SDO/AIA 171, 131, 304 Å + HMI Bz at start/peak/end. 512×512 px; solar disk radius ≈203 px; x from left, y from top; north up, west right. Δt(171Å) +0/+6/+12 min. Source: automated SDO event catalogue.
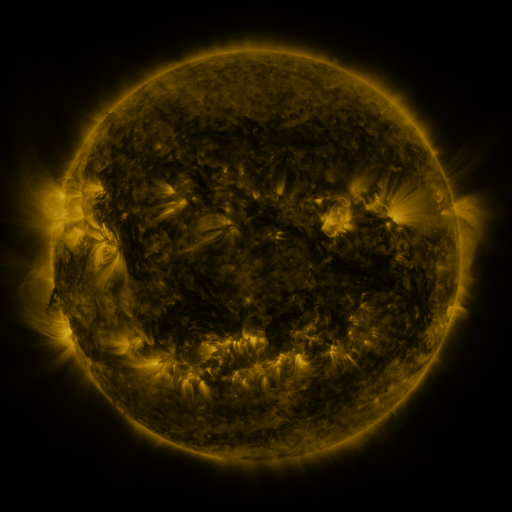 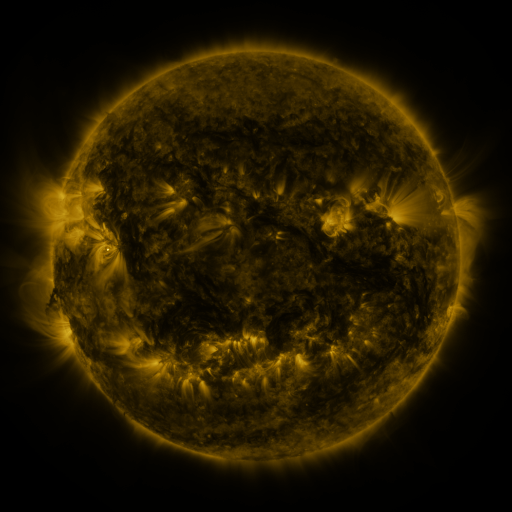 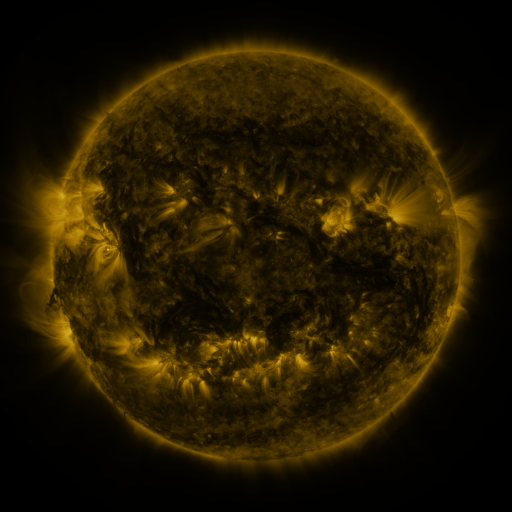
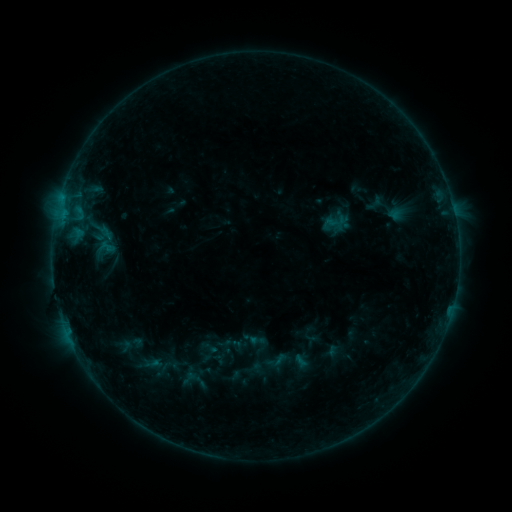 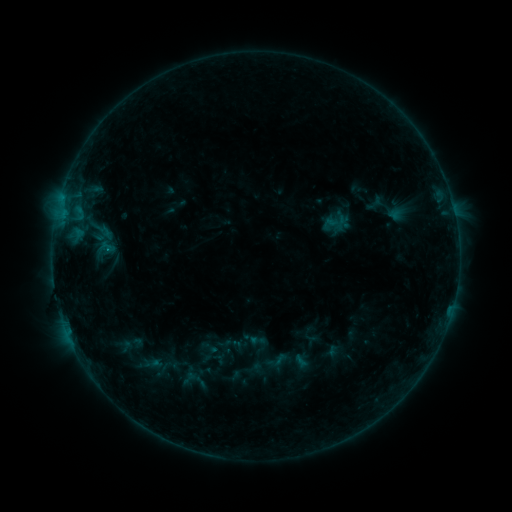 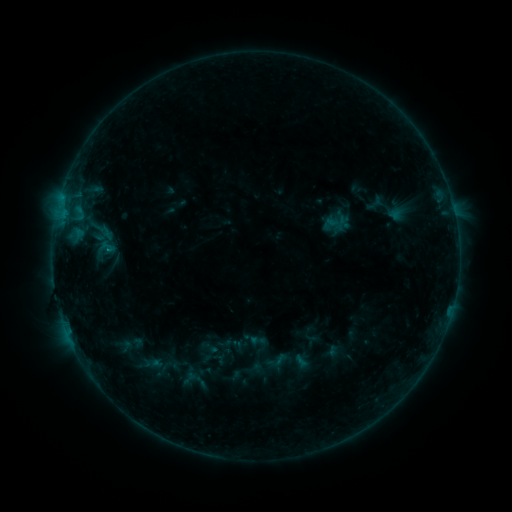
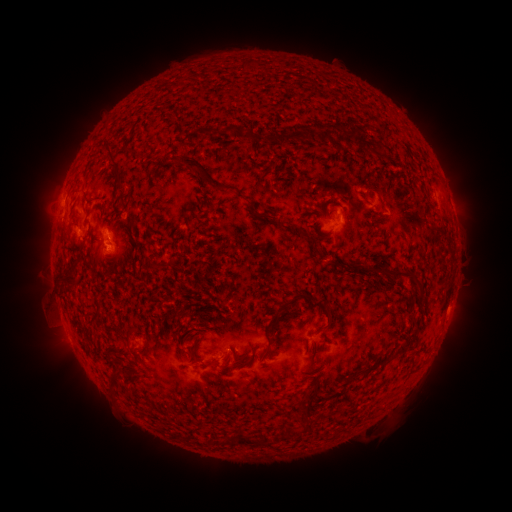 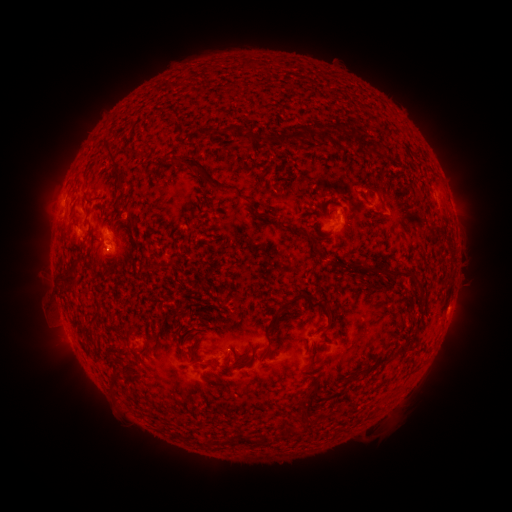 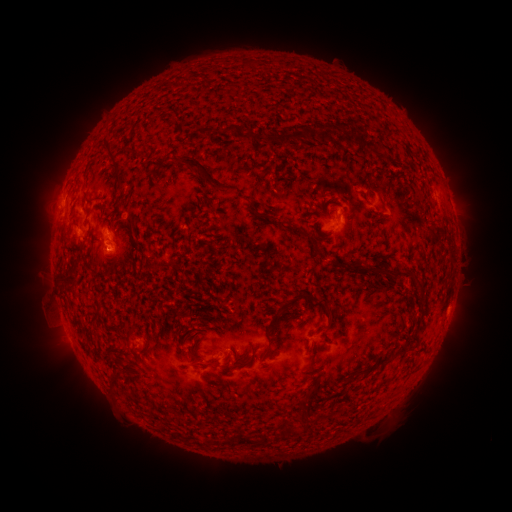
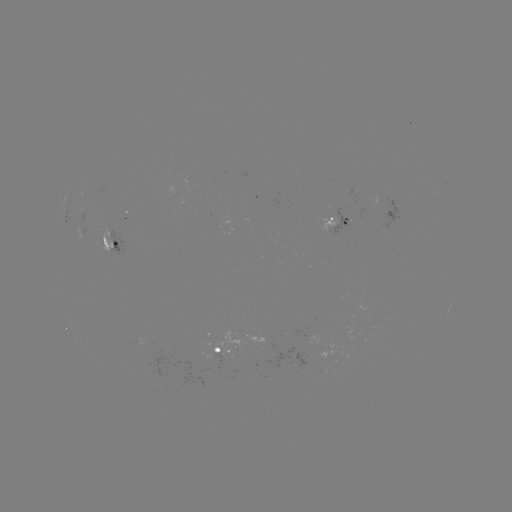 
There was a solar flare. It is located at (107, 251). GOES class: B3.7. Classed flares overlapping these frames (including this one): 1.